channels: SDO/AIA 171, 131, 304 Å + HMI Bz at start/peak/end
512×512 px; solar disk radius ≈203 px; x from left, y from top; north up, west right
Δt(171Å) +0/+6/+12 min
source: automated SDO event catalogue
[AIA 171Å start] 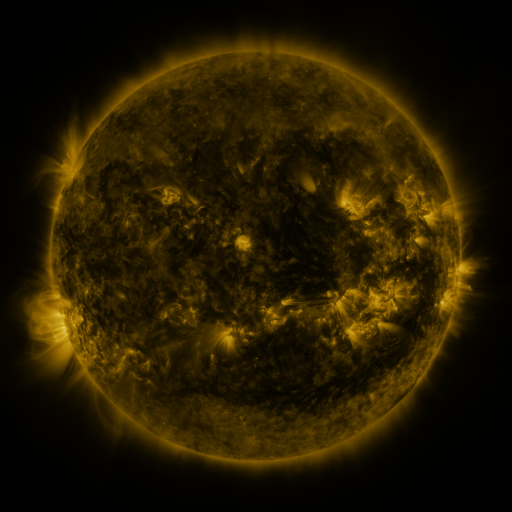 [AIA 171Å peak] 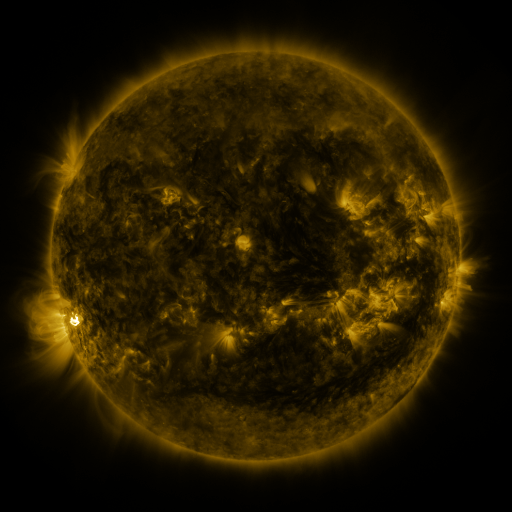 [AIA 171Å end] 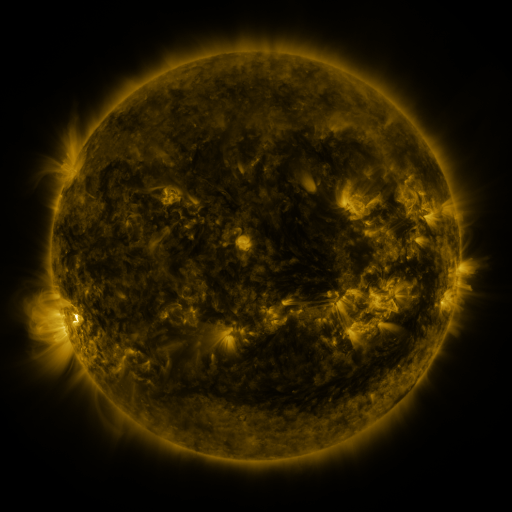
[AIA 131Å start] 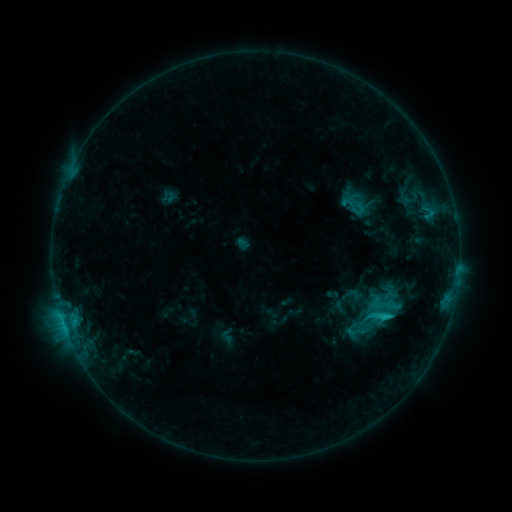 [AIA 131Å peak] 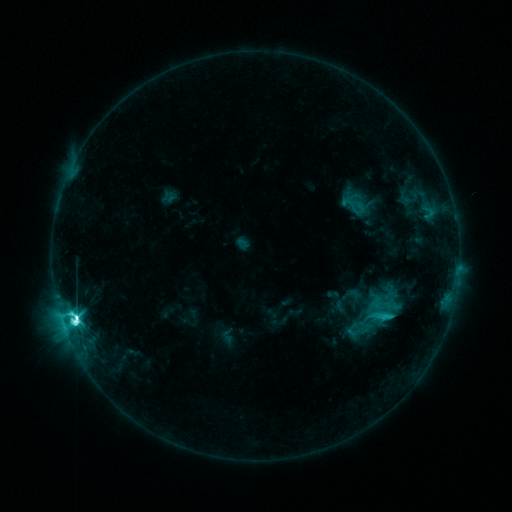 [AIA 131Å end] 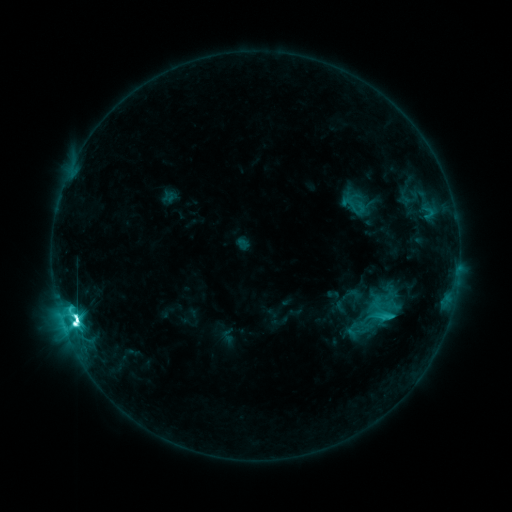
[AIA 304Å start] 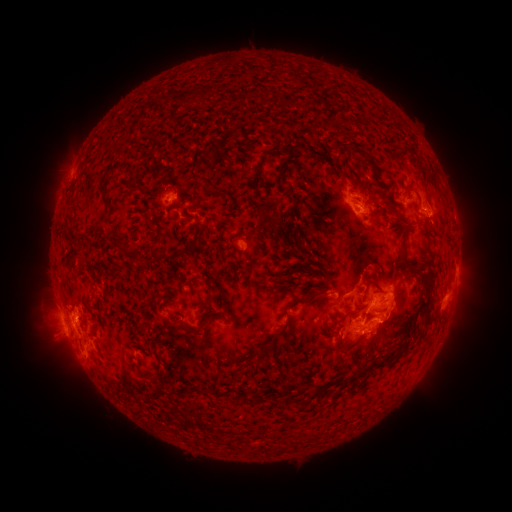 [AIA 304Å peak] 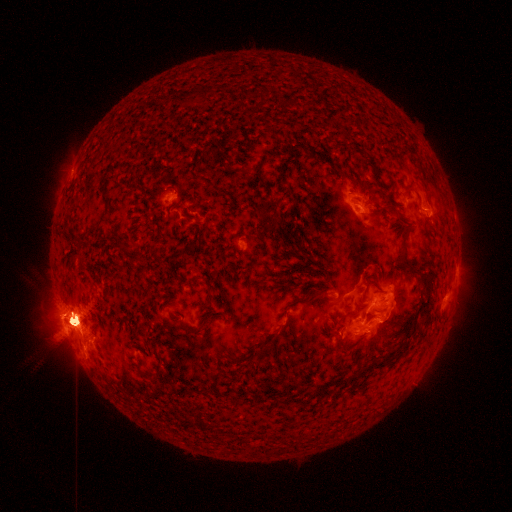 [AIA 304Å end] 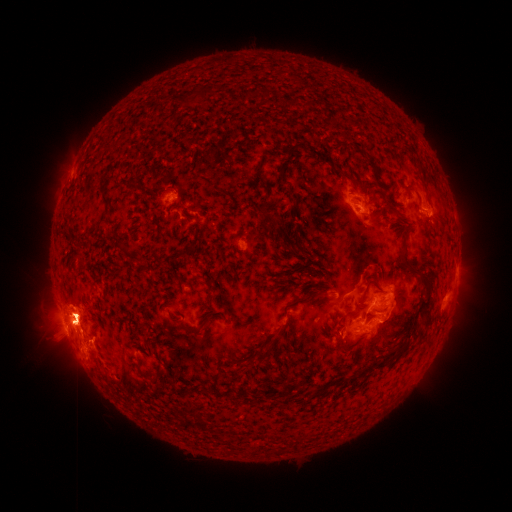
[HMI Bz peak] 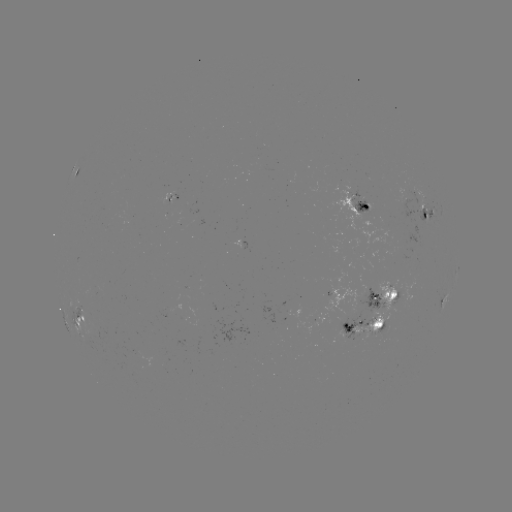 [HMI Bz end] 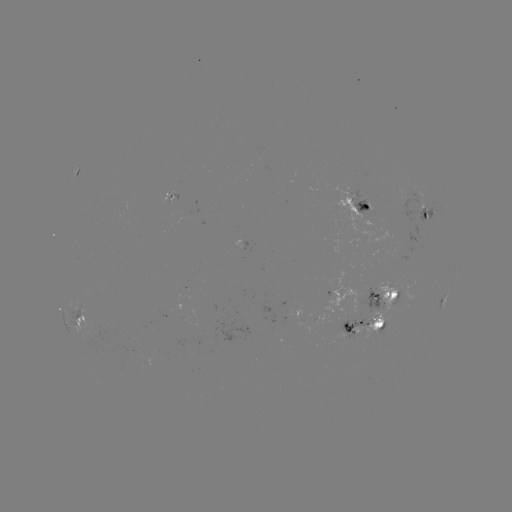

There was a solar eruption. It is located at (472, 309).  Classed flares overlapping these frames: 1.